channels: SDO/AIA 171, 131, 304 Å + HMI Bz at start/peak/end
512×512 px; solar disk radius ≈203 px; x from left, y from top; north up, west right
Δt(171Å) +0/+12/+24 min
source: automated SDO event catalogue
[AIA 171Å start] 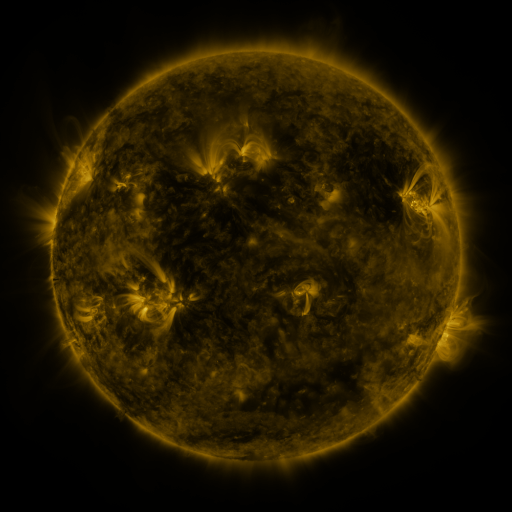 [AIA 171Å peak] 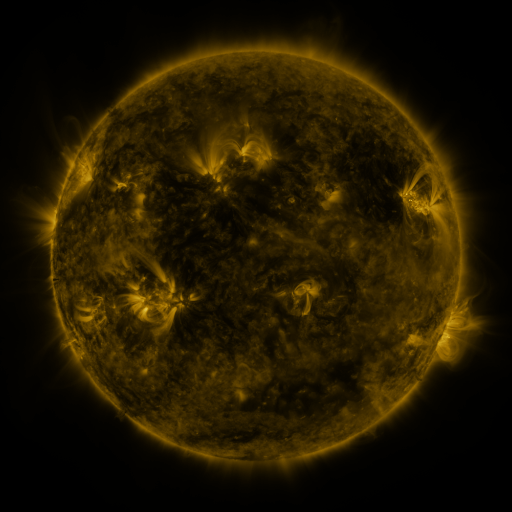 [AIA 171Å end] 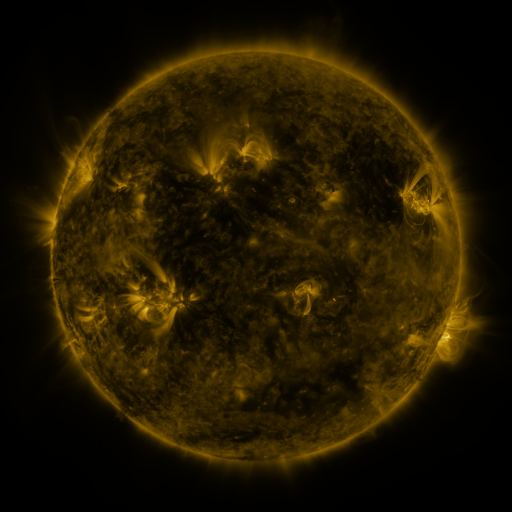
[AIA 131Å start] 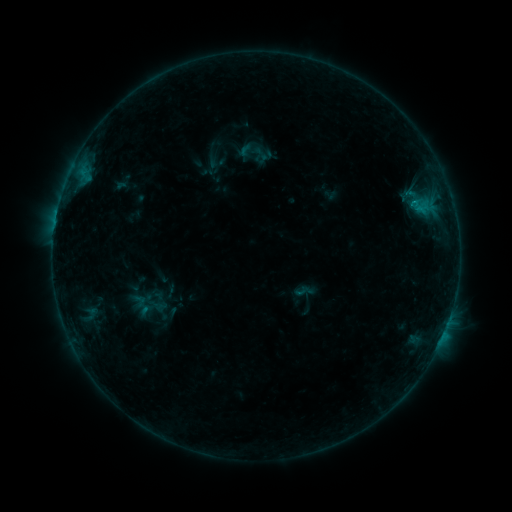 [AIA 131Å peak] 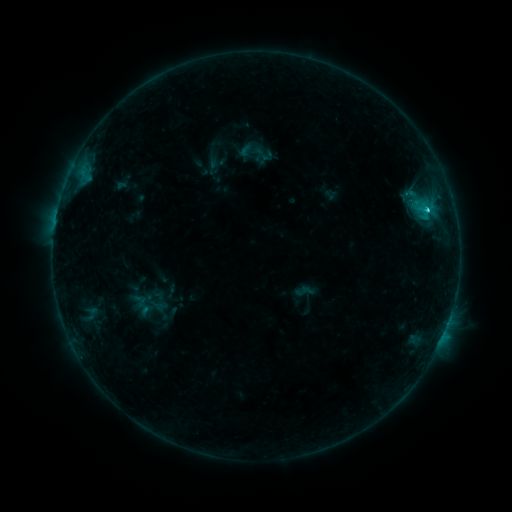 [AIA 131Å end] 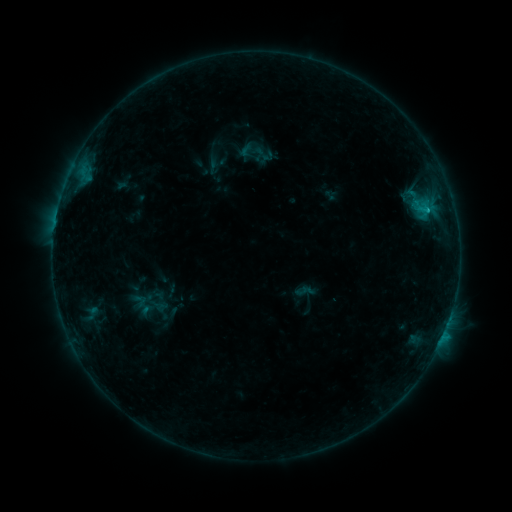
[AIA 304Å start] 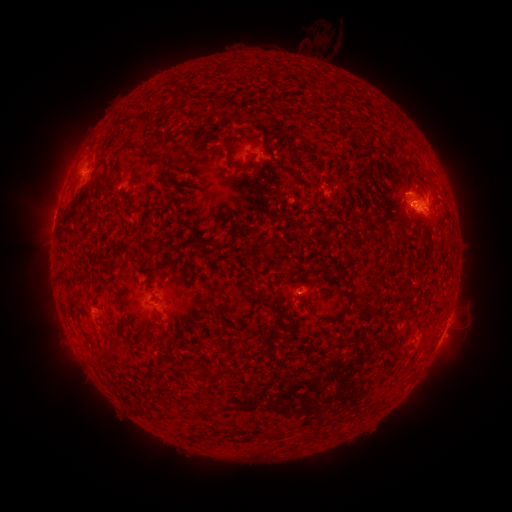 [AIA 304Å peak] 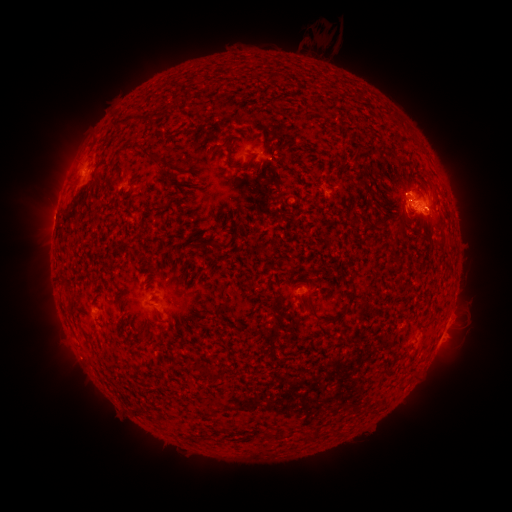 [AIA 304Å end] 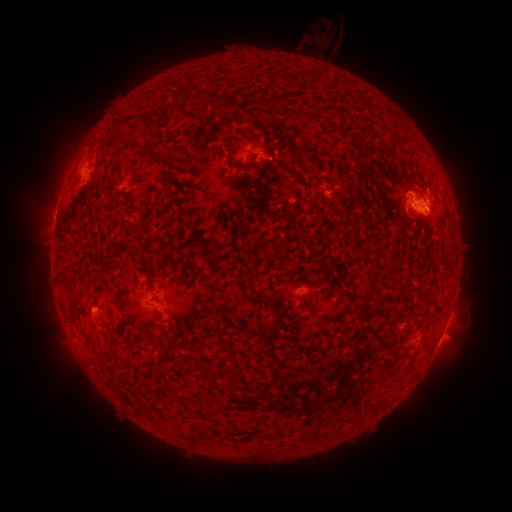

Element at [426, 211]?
C1.6 flare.